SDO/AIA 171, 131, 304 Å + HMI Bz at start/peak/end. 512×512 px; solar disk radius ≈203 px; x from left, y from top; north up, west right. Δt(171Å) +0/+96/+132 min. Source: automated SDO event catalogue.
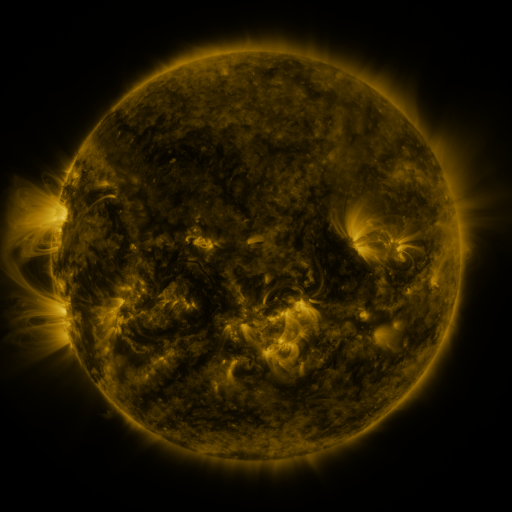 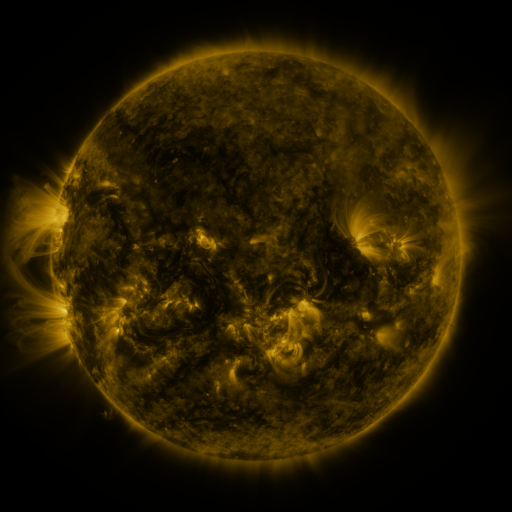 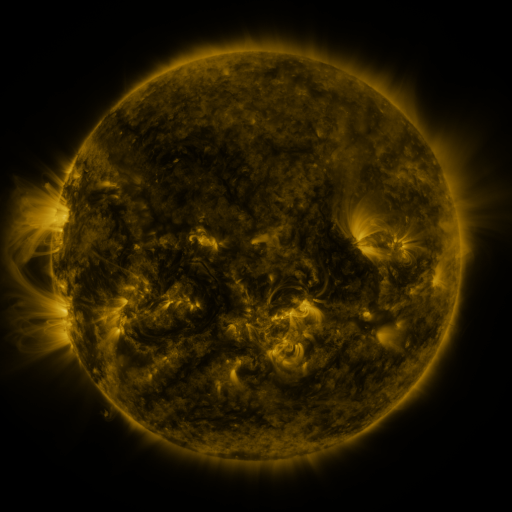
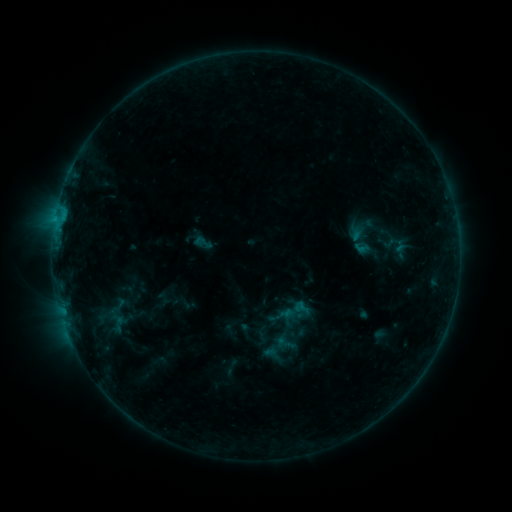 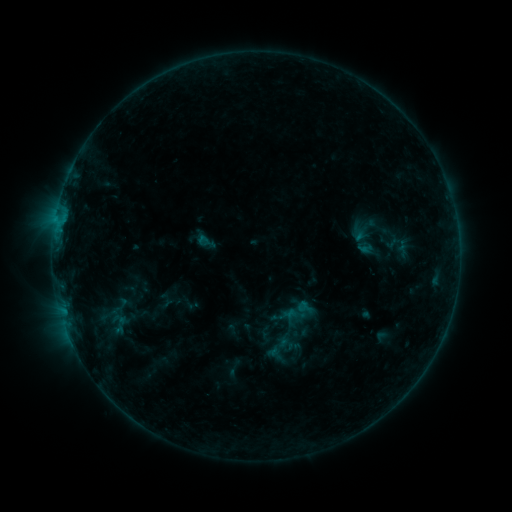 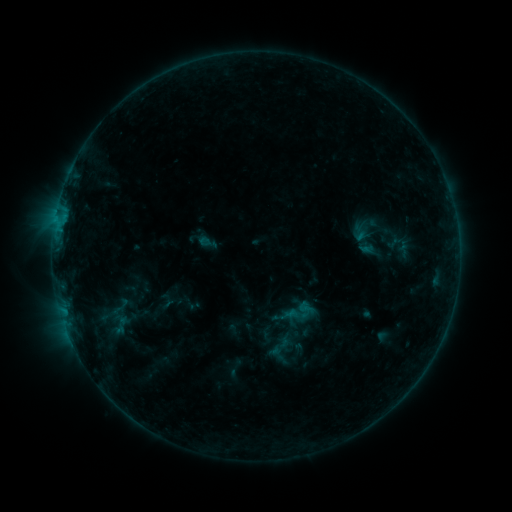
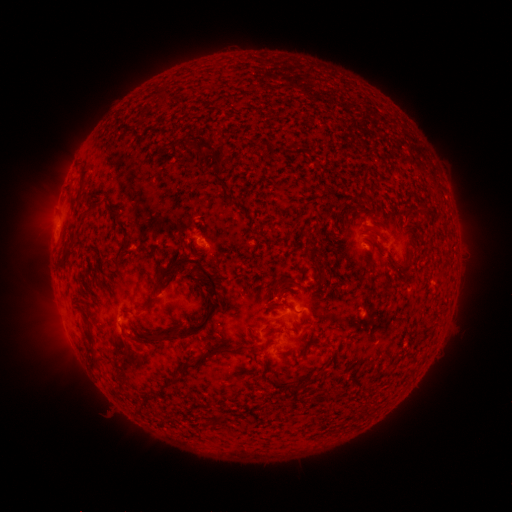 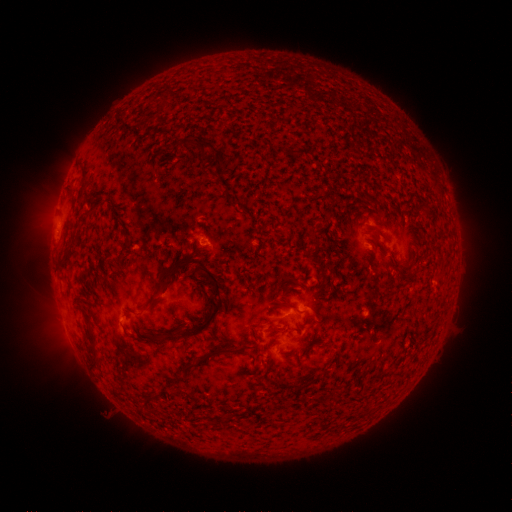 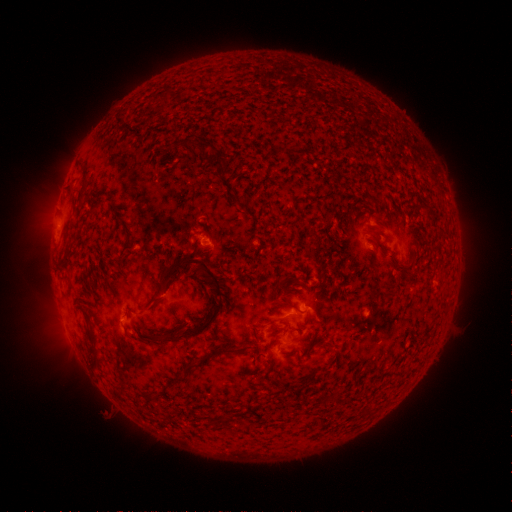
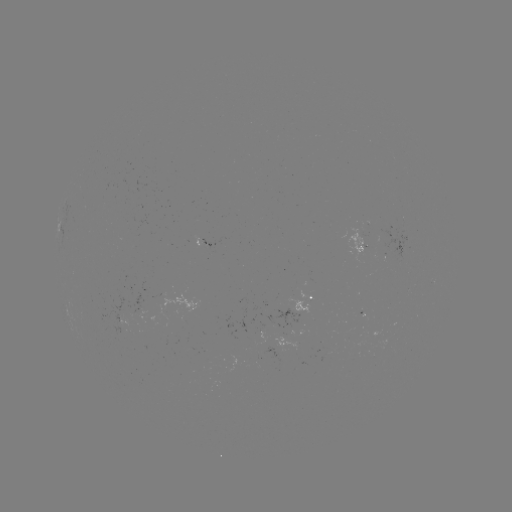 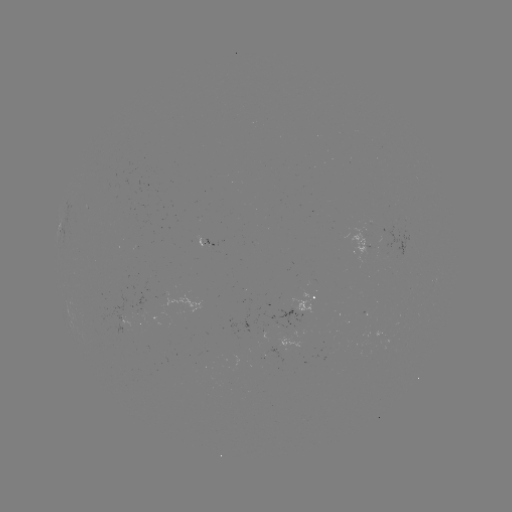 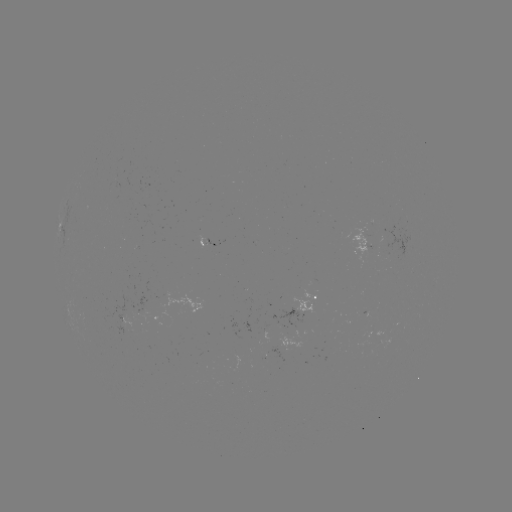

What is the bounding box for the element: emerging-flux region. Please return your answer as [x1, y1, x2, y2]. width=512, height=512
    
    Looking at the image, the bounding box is [271, 308, 303, 336].